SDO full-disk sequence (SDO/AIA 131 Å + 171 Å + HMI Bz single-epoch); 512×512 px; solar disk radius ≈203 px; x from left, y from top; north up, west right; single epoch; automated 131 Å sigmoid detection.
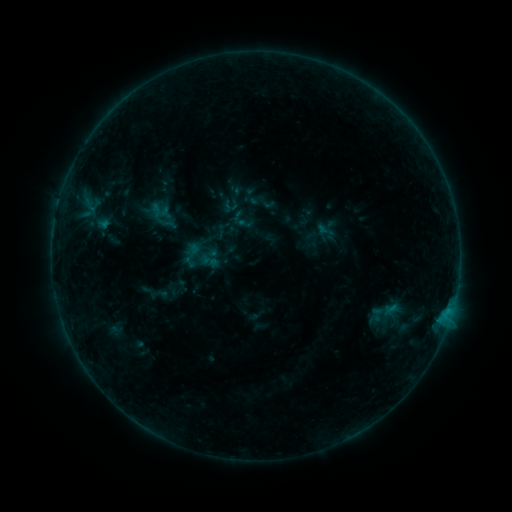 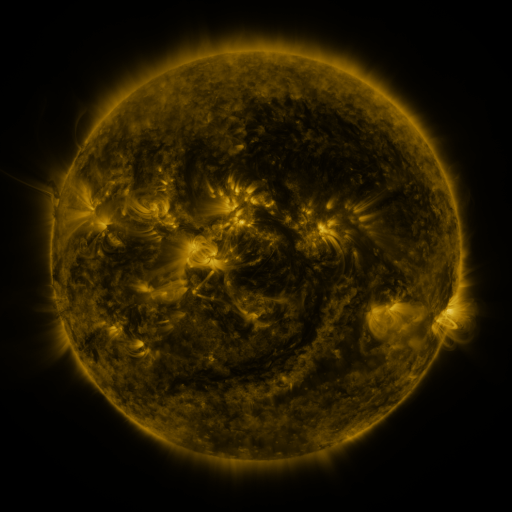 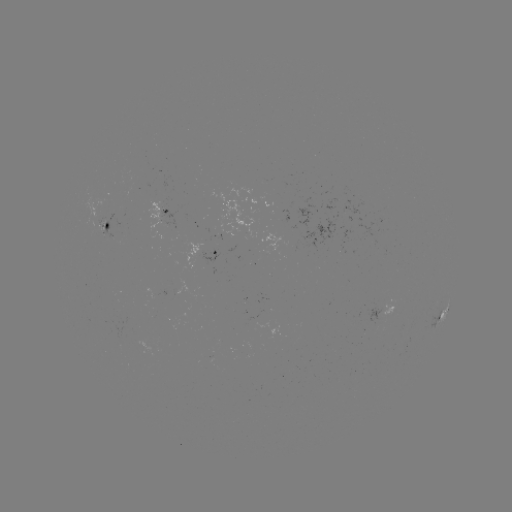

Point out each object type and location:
sigmoid: (191, 255)
